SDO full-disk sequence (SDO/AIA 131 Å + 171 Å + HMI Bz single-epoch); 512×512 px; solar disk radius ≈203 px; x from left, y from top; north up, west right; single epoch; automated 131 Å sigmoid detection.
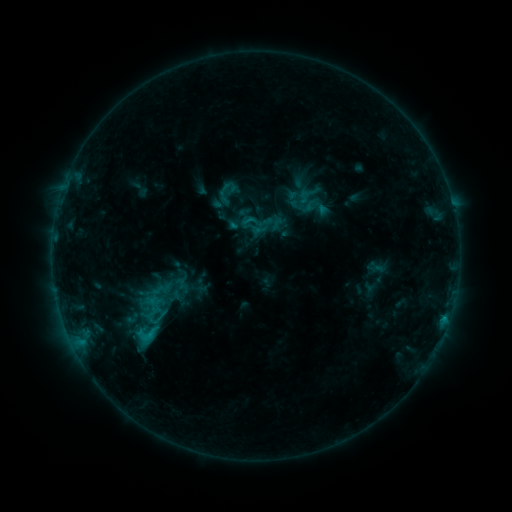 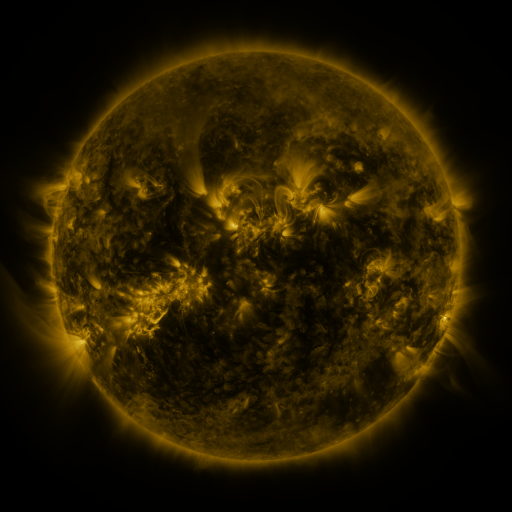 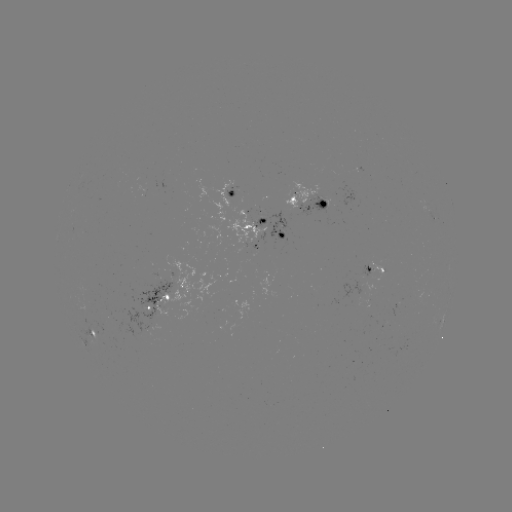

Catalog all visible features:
sigmoid: (305, 197)
sigmoid: (147, 333)
